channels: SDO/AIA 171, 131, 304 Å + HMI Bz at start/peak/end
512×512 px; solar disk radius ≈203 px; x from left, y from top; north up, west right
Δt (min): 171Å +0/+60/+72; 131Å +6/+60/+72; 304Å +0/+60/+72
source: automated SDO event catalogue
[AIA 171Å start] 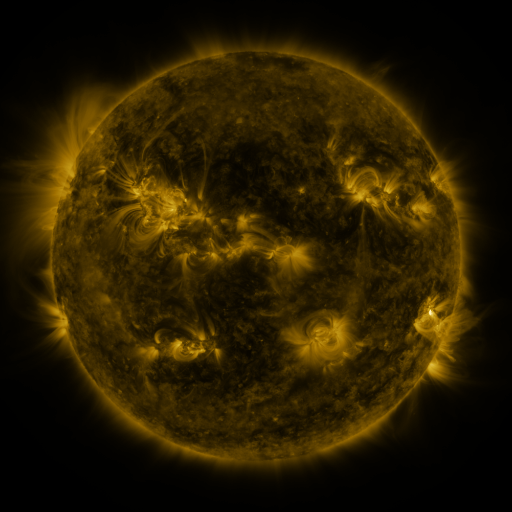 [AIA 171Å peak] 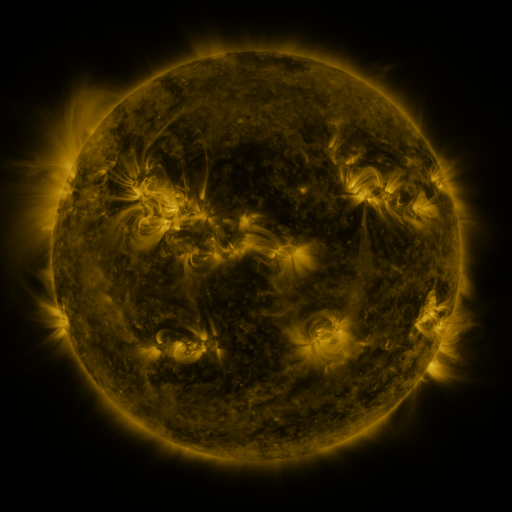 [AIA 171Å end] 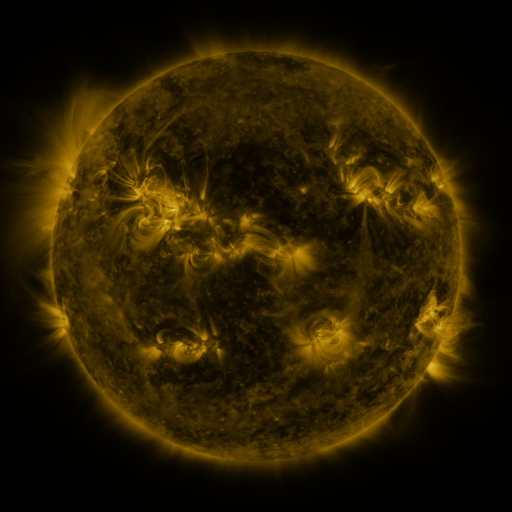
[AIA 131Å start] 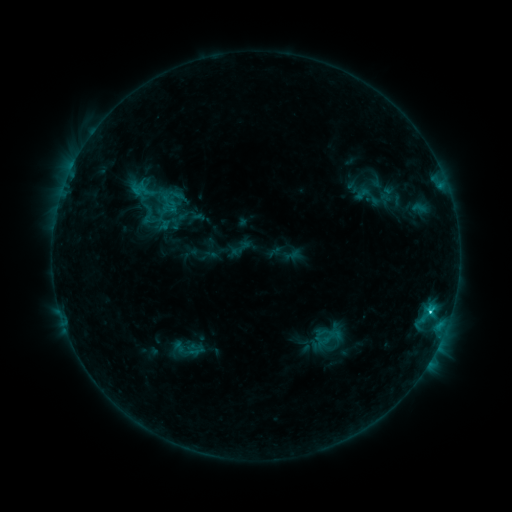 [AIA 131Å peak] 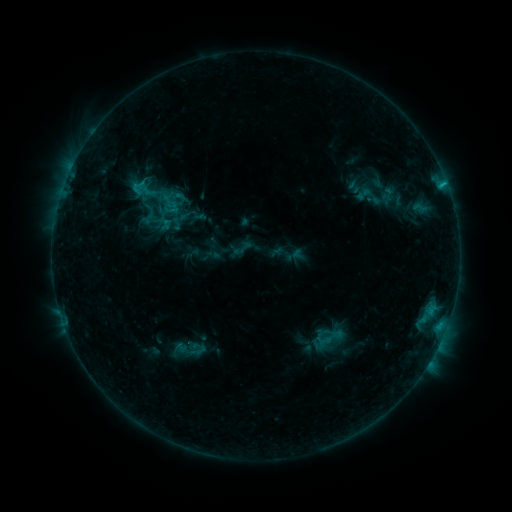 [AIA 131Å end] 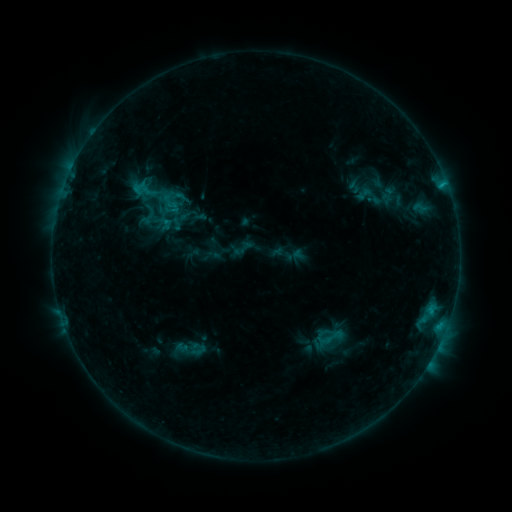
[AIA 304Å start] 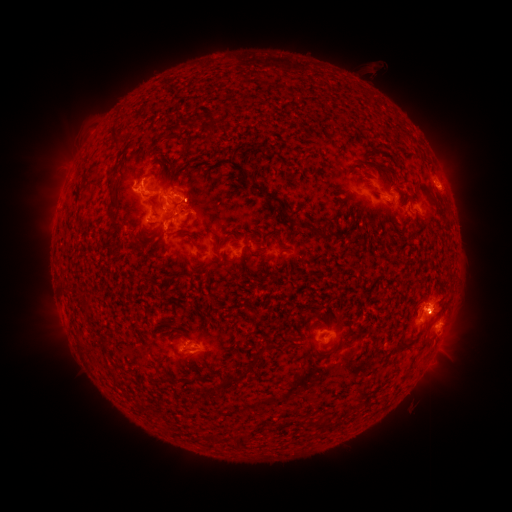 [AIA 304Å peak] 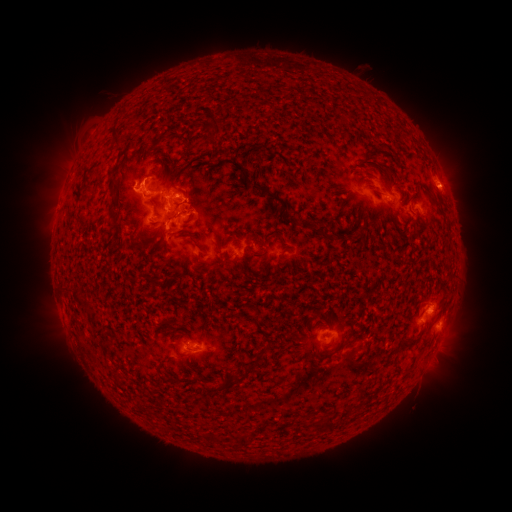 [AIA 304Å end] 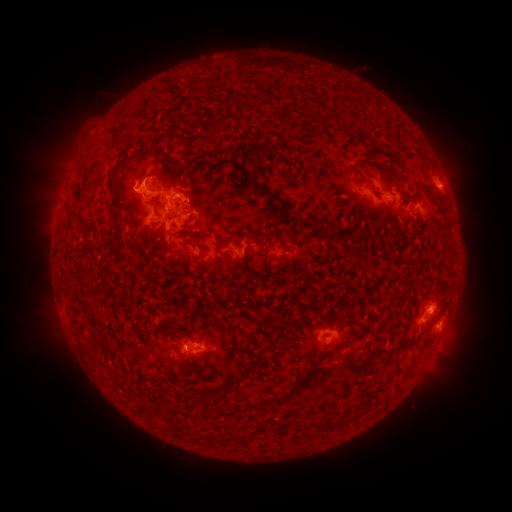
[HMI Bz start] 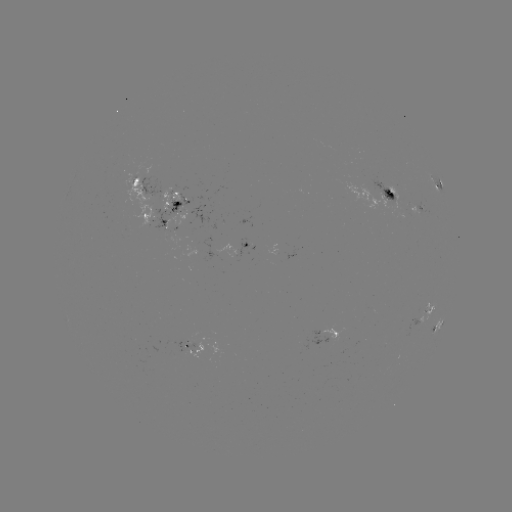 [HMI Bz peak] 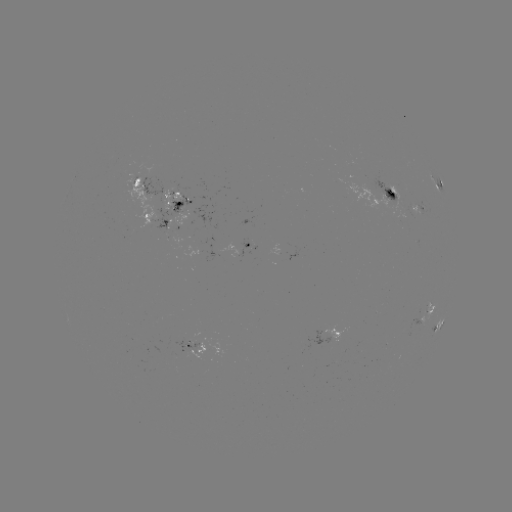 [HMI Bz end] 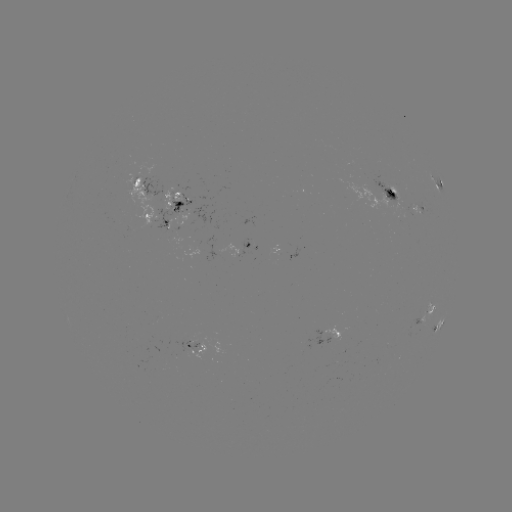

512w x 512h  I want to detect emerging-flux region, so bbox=[364, 173, 404, 204].